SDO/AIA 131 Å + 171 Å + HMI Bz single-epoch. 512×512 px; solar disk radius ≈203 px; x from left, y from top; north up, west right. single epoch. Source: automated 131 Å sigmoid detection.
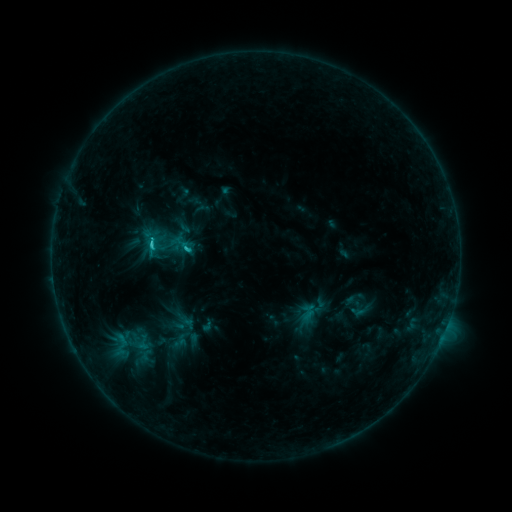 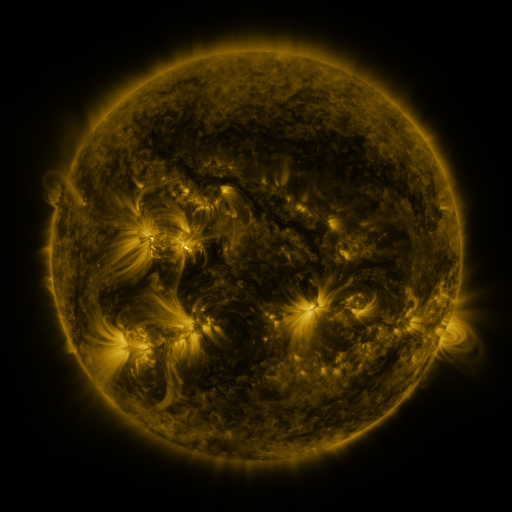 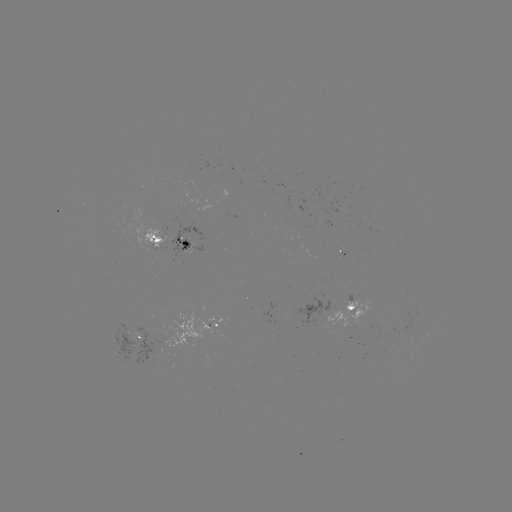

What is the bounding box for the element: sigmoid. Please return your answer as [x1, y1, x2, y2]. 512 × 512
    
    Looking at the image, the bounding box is [172, 260, 200, 290].